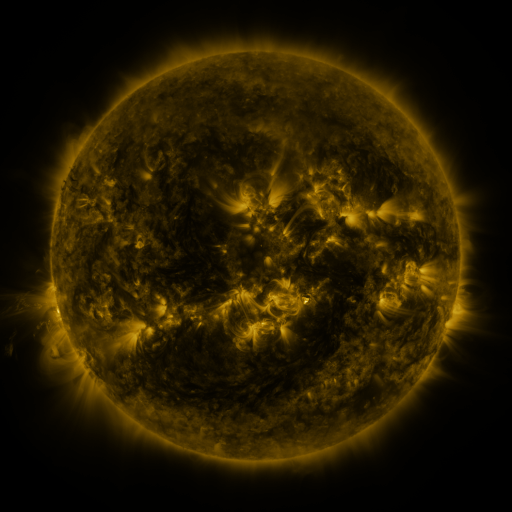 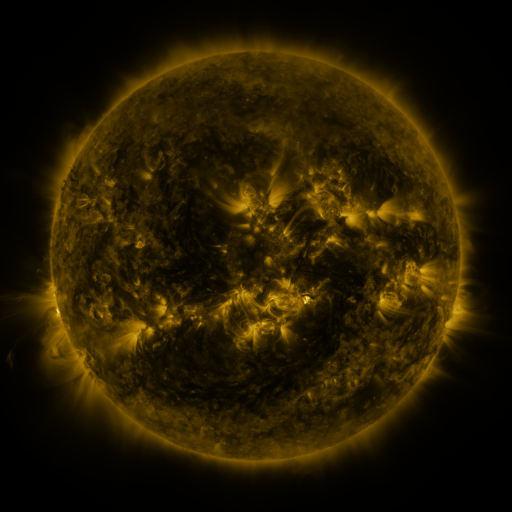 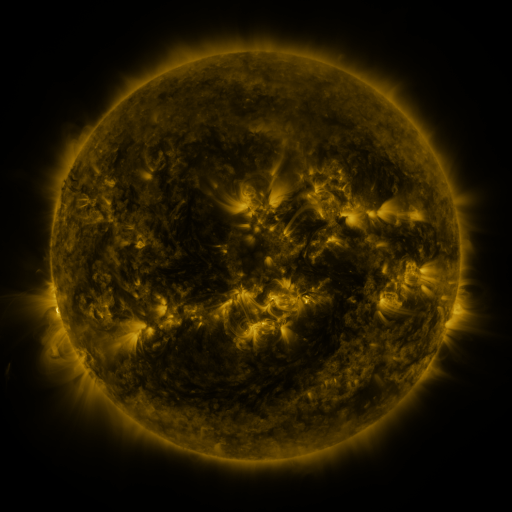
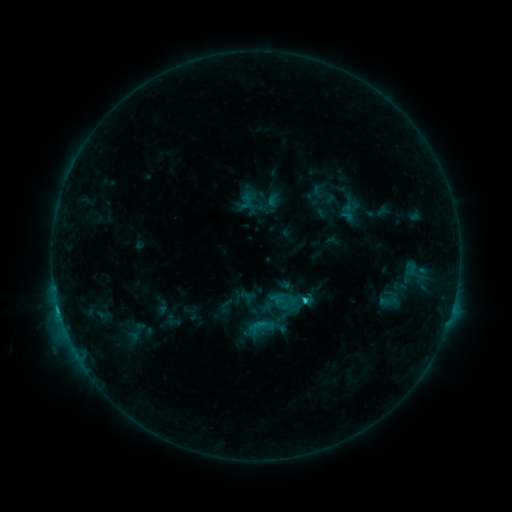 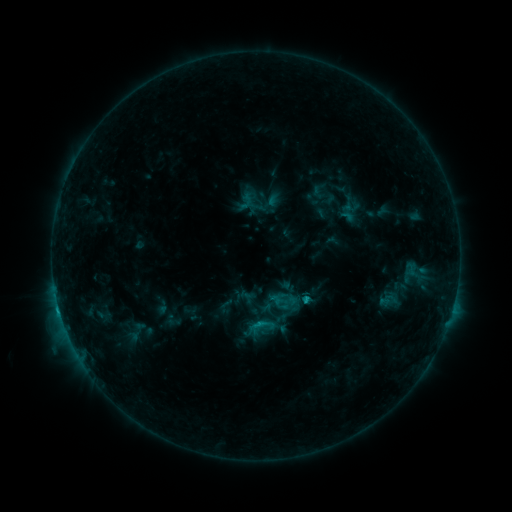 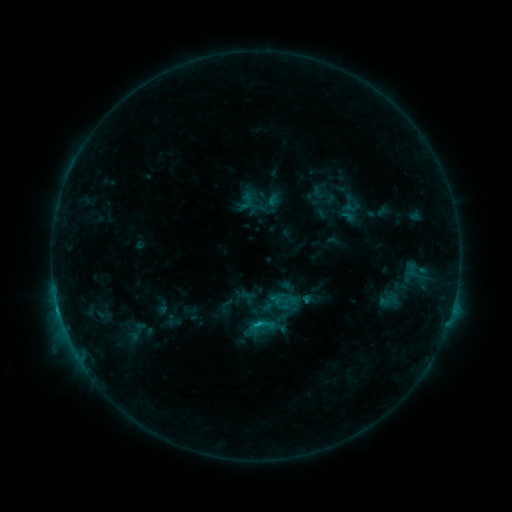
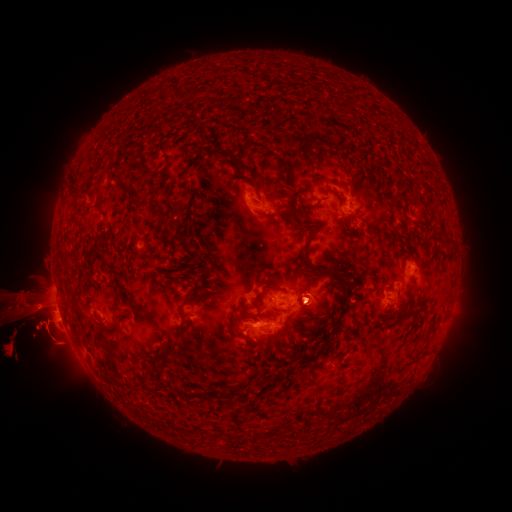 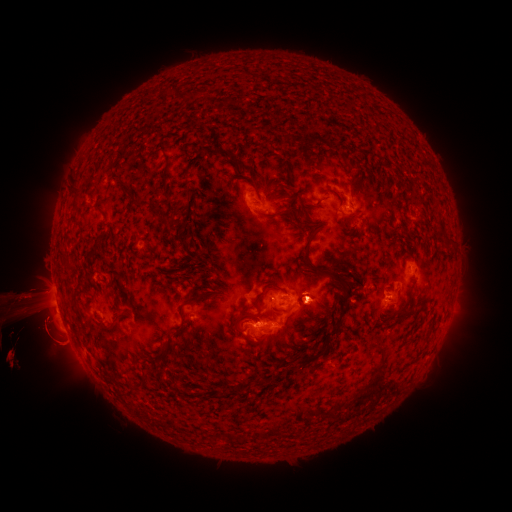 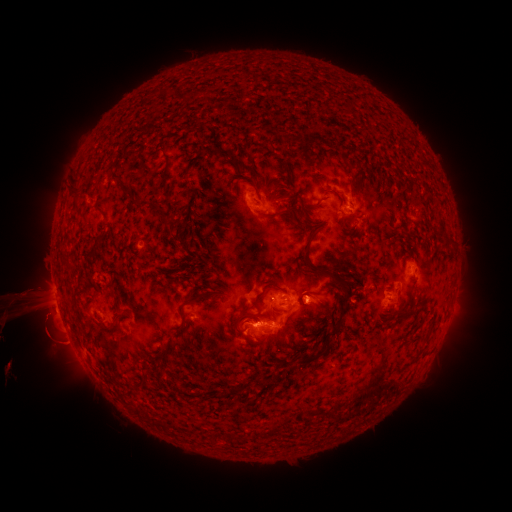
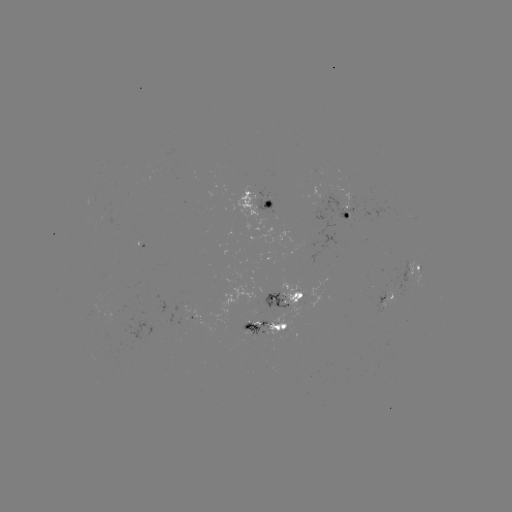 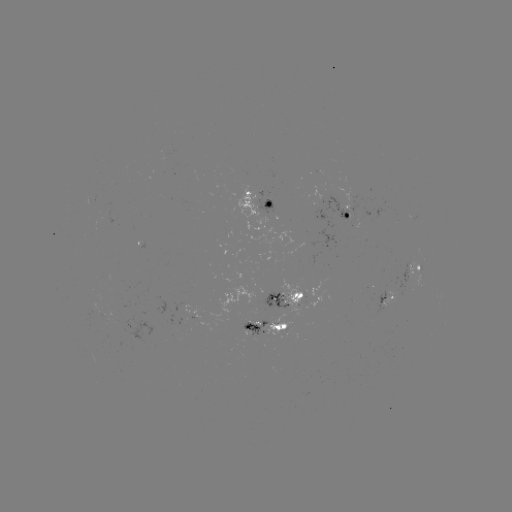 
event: eruption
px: (324, 299)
